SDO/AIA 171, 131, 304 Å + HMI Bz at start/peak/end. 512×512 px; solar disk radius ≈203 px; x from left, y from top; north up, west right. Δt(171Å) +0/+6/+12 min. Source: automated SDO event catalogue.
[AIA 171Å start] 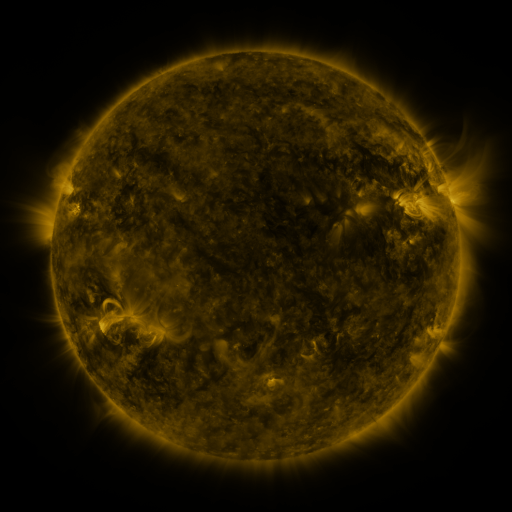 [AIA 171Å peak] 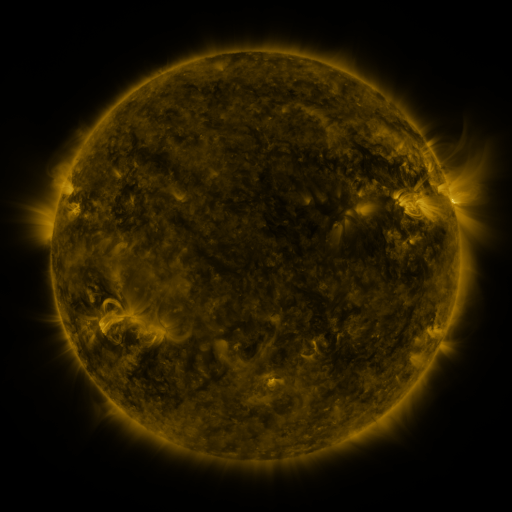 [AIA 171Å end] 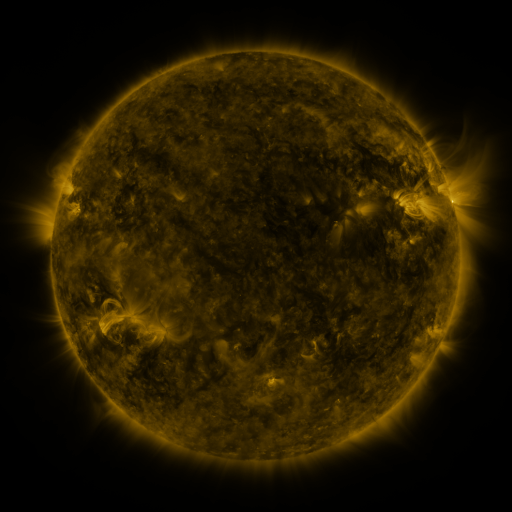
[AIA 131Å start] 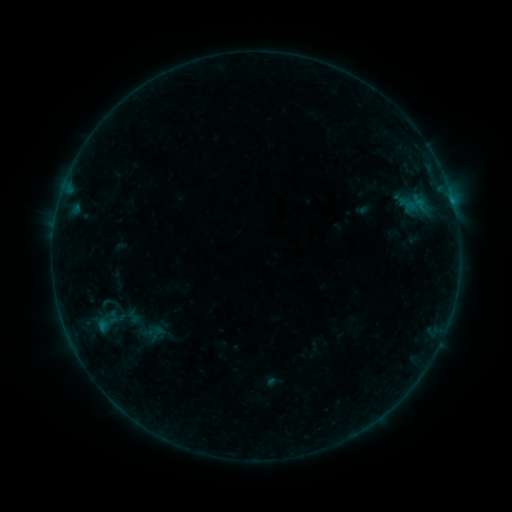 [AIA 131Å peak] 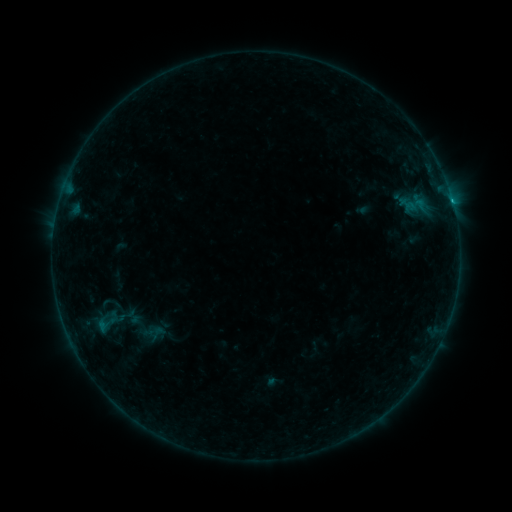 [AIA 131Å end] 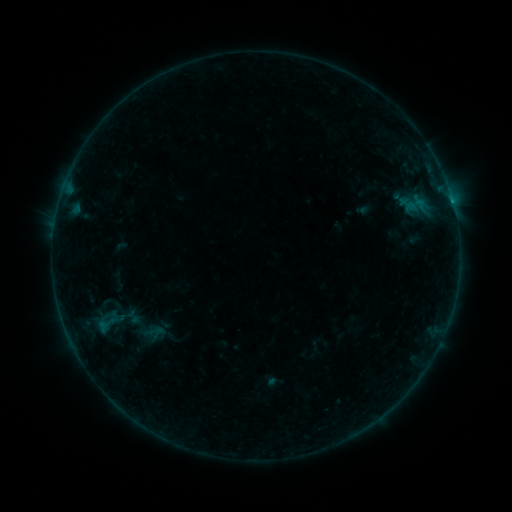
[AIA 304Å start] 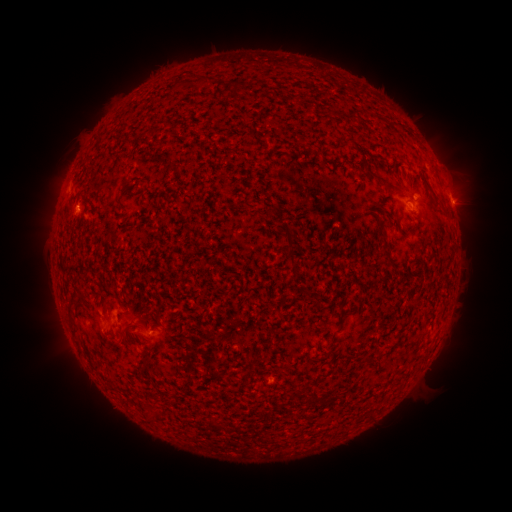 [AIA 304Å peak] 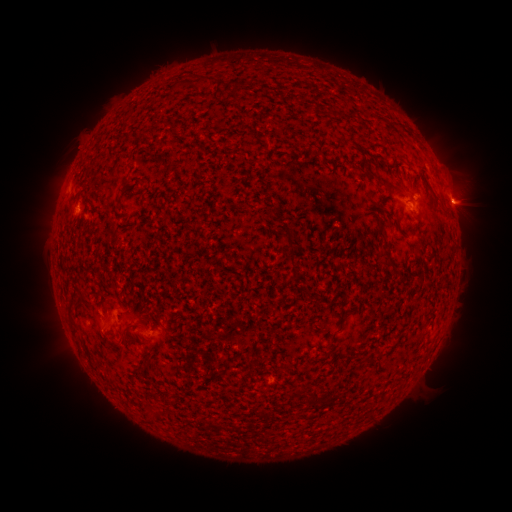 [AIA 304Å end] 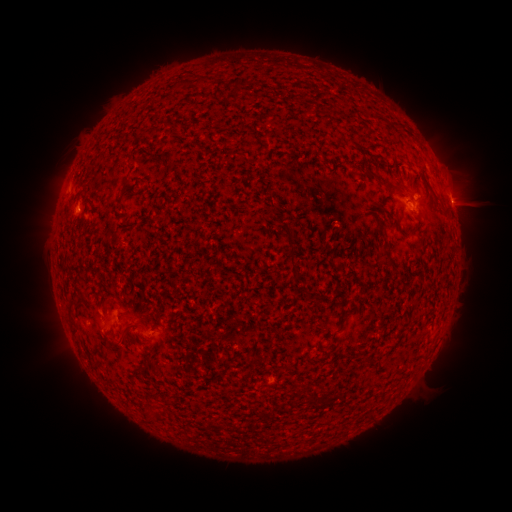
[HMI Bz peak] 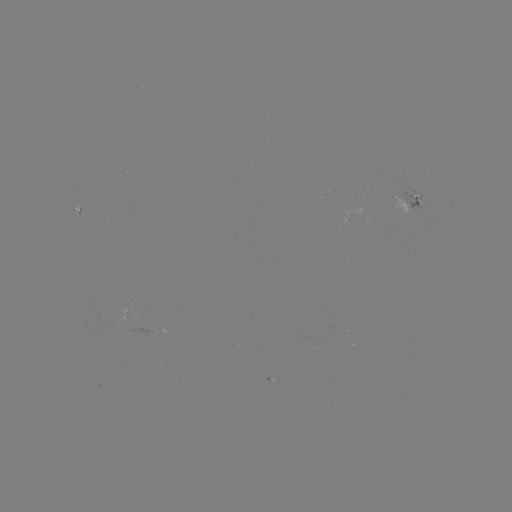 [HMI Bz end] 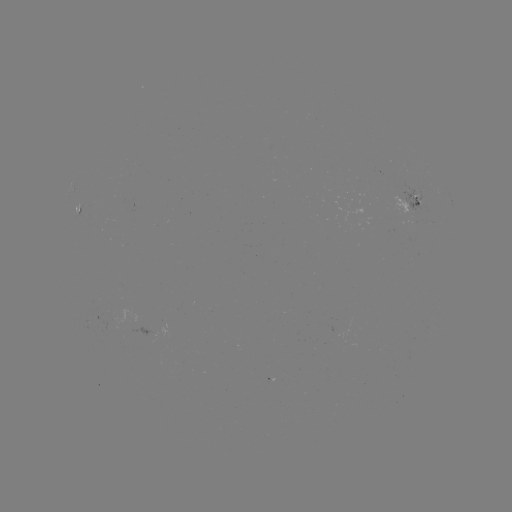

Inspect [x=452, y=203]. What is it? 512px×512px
B7.6 flare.